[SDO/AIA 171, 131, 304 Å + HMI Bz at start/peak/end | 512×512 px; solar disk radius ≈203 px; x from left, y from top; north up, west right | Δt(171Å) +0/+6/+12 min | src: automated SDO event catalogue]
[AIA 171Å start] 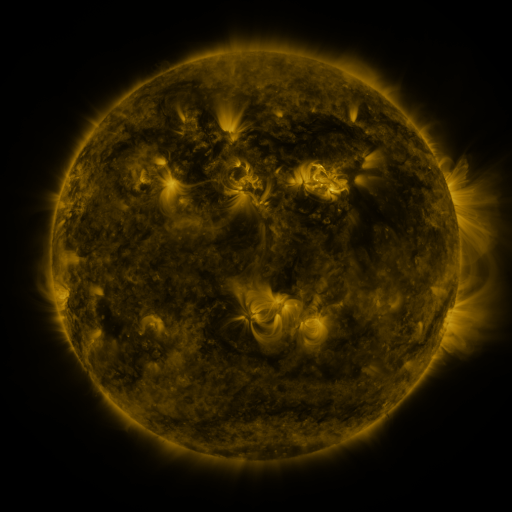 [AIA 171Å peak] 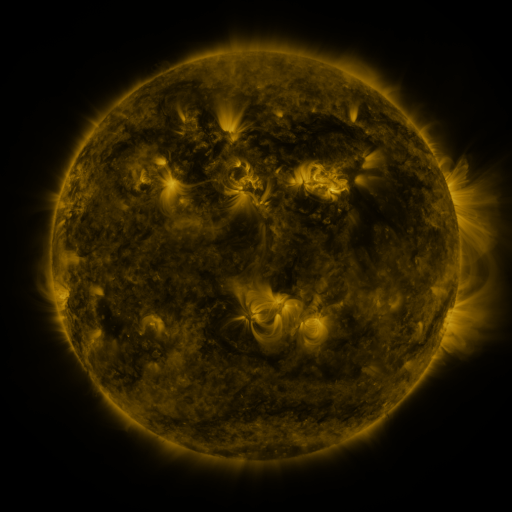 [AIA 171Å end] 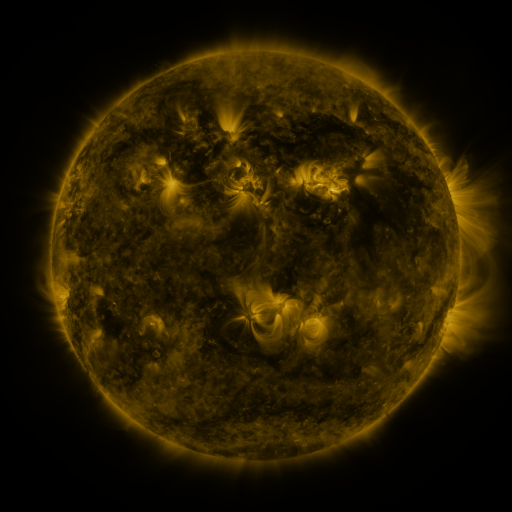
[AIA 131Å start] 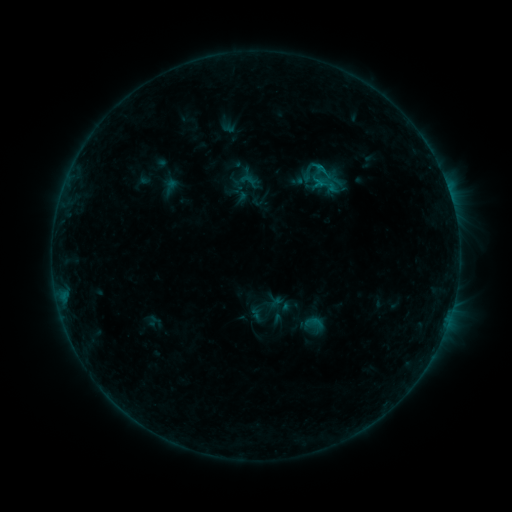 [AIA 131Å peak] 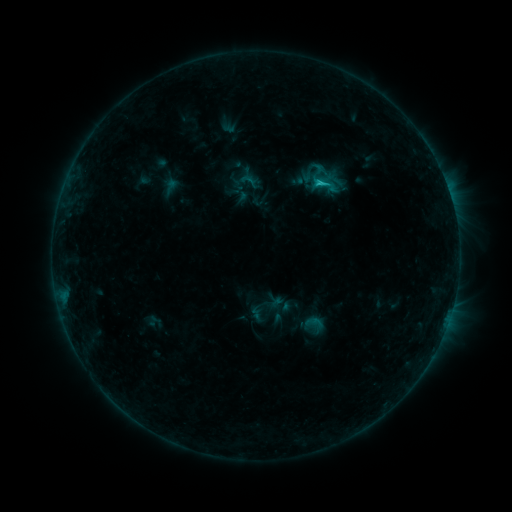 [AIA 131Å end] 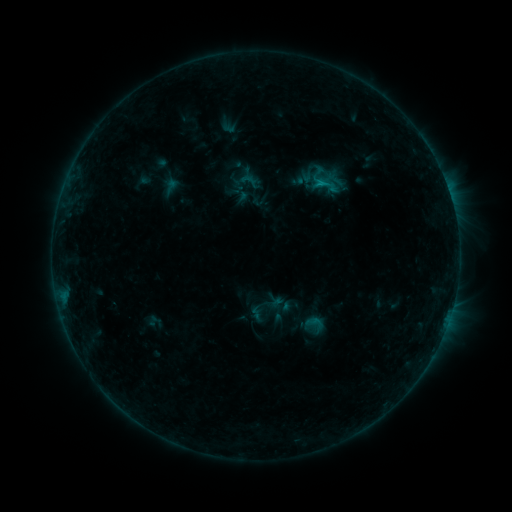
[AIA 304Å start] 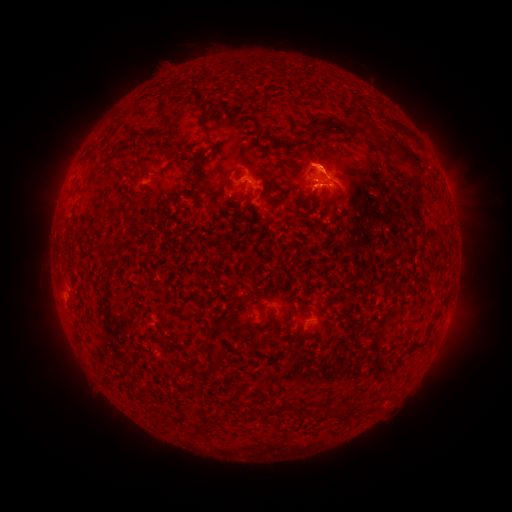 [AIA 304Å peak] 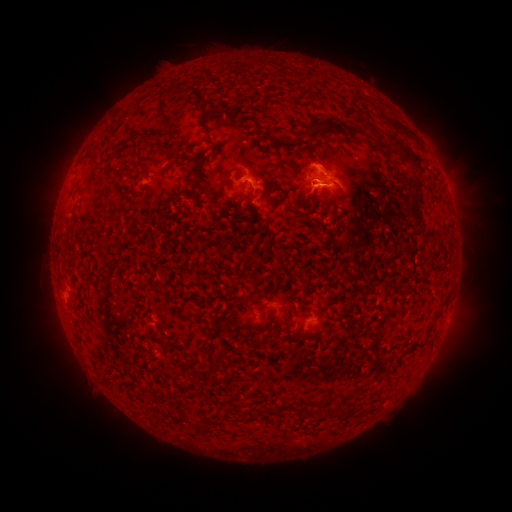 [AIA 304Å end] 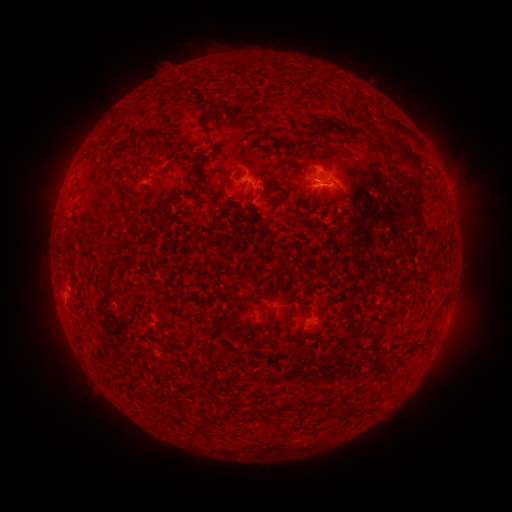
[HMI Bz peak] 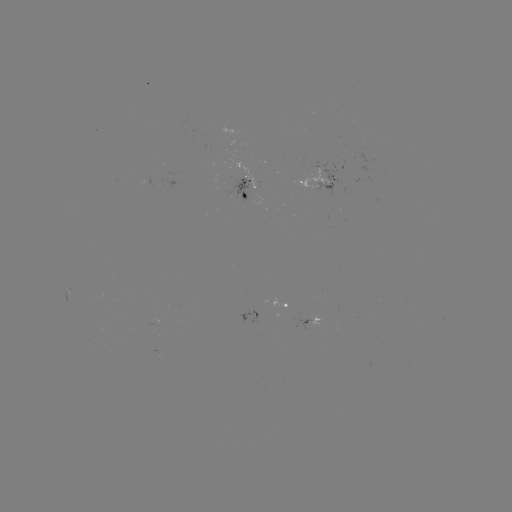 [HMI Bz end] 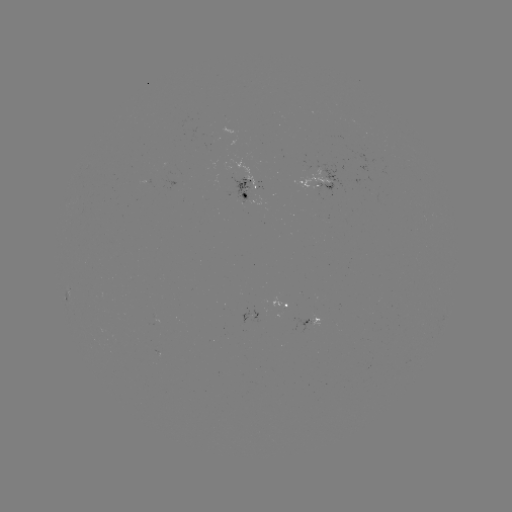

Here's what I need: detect C1.1 flare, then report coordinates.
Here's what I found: C1.1 flare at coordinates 317,183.